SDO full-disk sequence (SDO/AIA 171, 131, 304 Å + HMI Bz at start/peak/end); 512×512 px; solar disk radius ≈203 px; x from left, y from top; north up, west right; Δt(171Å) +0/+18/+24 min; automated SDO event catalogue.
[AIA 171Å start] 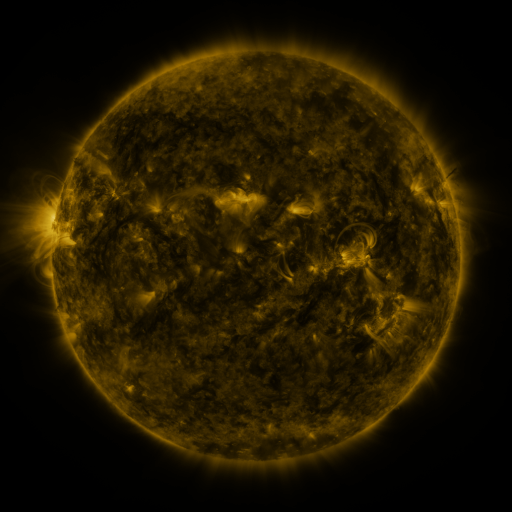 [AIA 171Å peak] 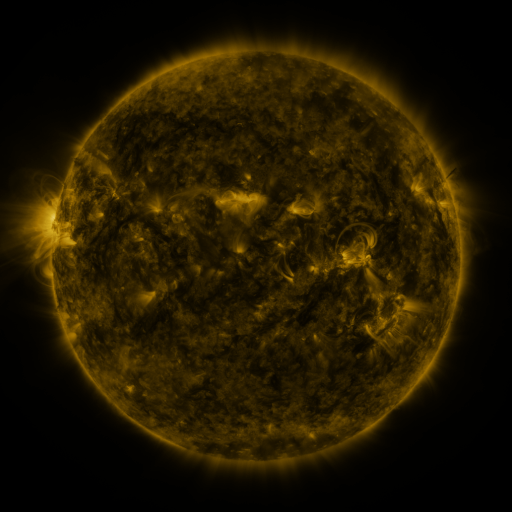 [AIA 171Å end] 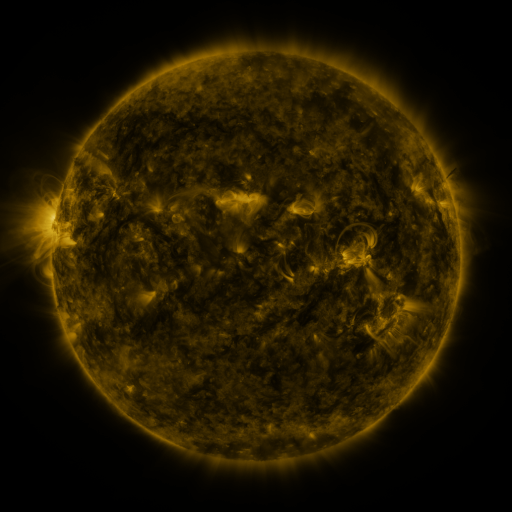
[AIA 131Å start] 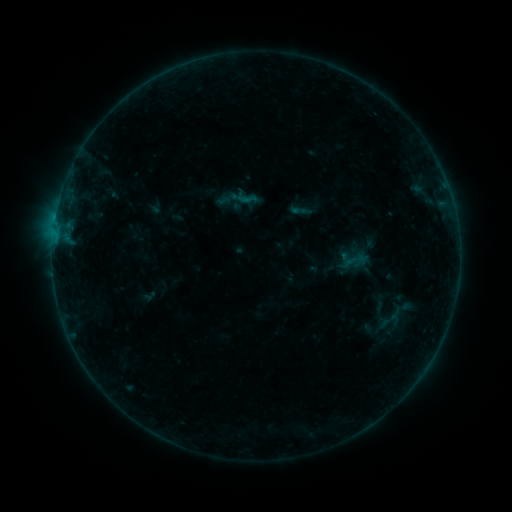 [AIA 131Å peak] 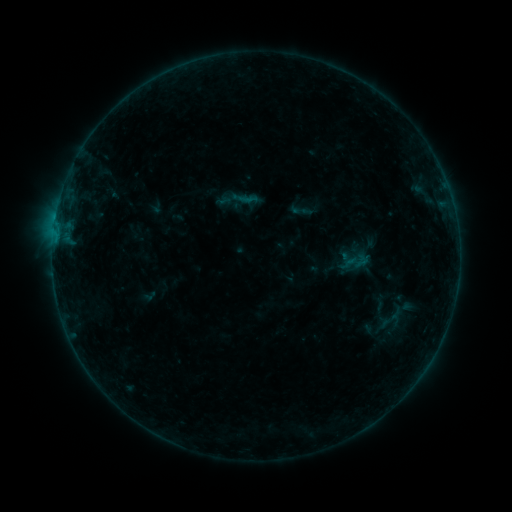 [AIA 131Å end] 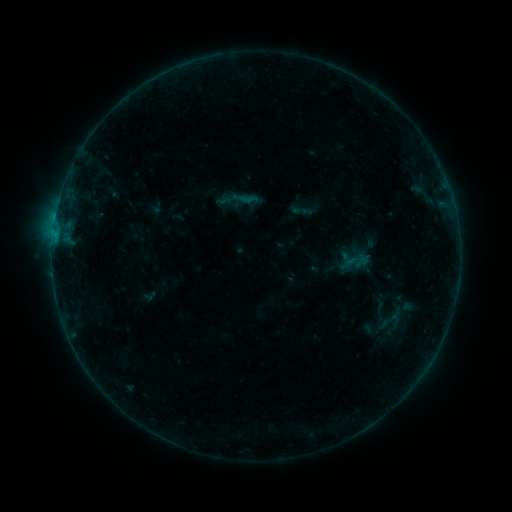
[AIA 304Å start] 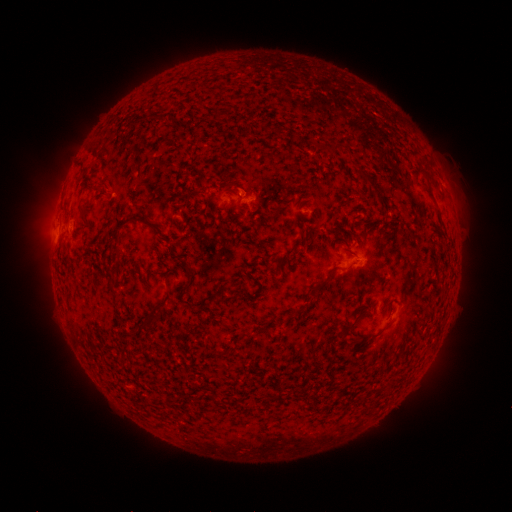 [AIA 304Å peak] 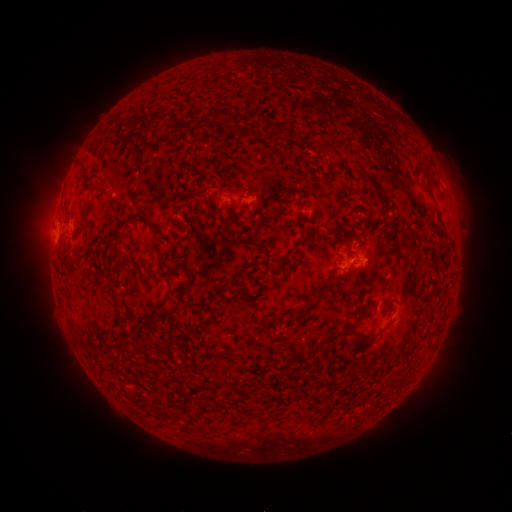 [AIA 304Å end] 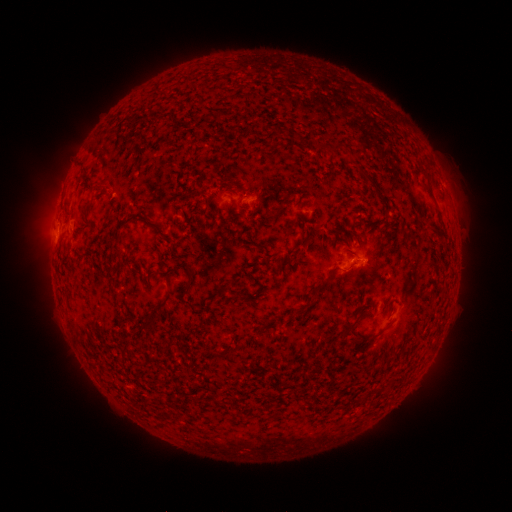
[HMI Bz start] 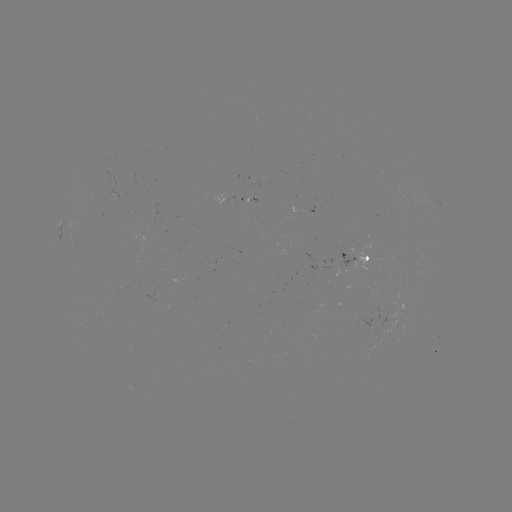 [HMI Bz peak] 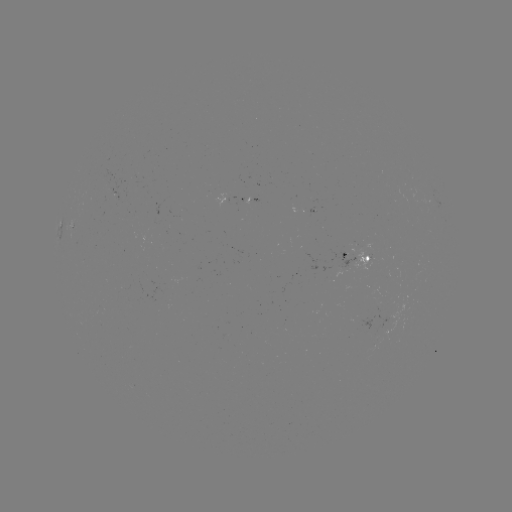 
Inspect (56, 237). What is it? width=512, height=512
B3.4 flare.